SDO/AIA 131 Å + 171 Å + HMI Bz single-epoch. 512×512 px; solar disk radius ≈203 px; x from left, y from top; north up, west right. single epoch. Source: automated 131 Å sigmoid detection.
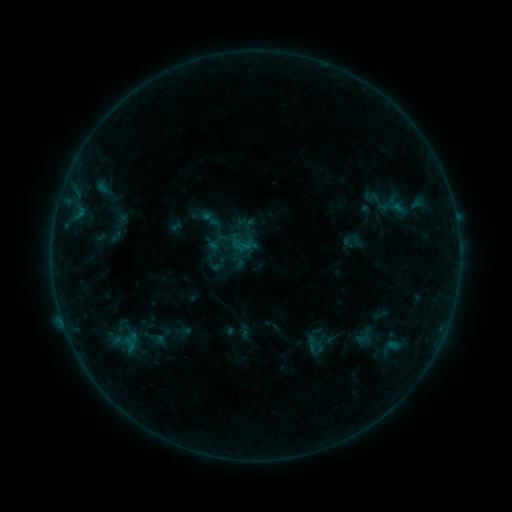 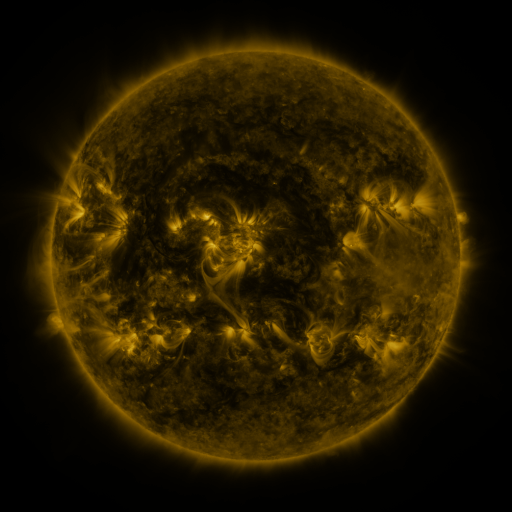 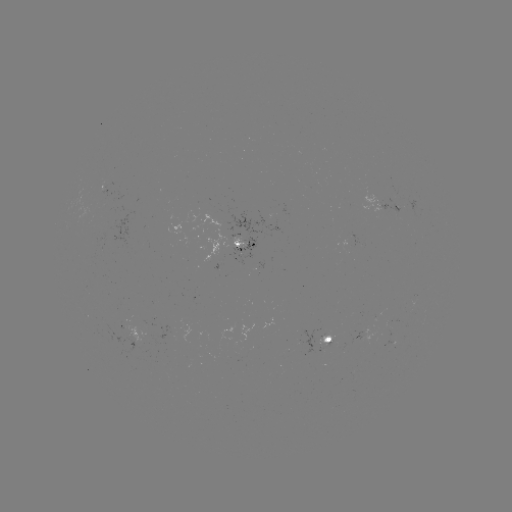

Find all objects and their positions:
sigmoid: (218, 242)
